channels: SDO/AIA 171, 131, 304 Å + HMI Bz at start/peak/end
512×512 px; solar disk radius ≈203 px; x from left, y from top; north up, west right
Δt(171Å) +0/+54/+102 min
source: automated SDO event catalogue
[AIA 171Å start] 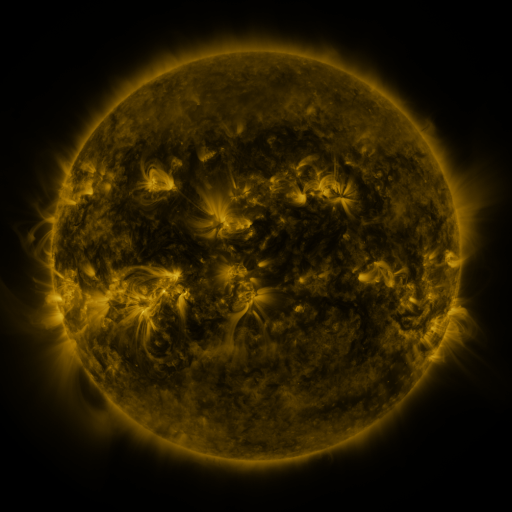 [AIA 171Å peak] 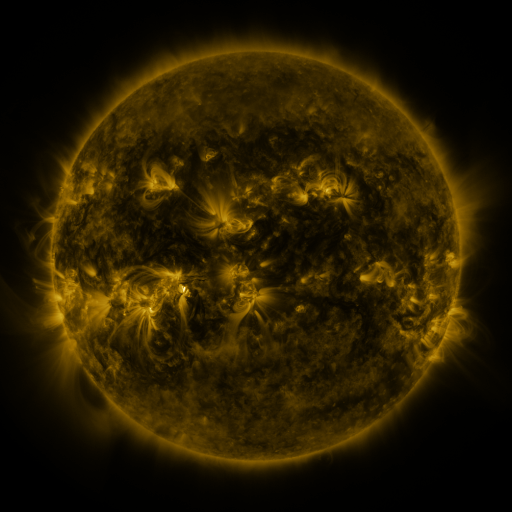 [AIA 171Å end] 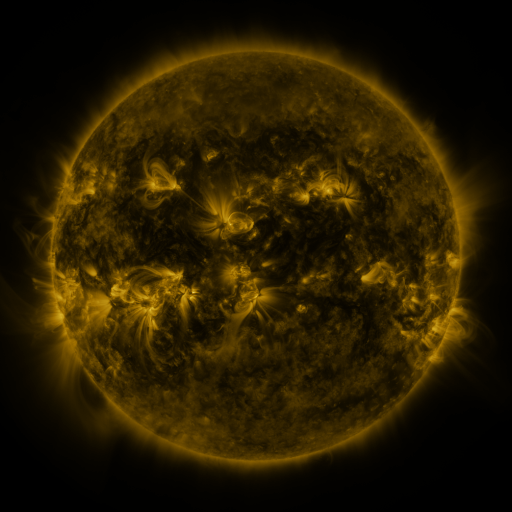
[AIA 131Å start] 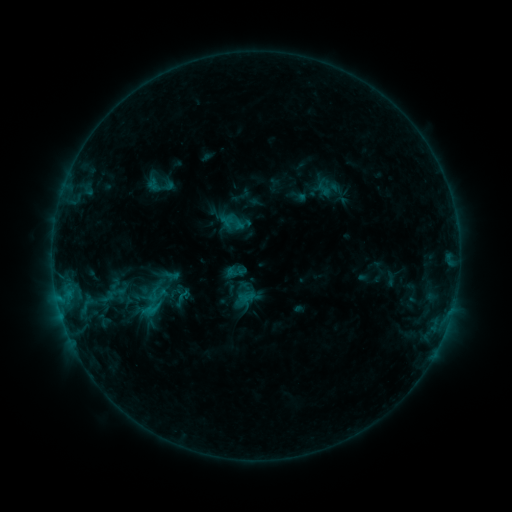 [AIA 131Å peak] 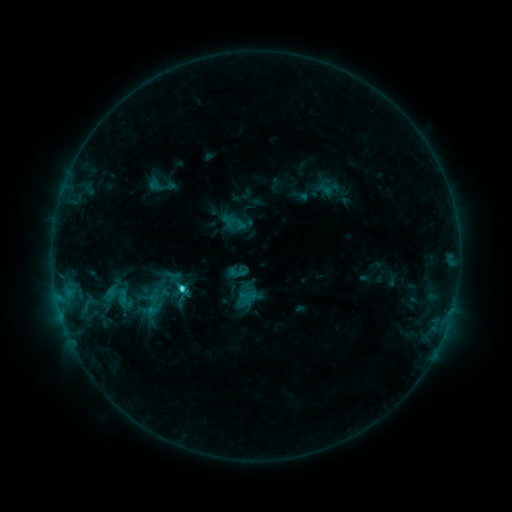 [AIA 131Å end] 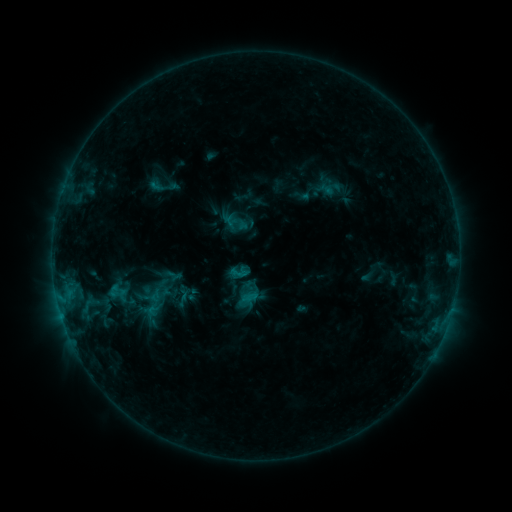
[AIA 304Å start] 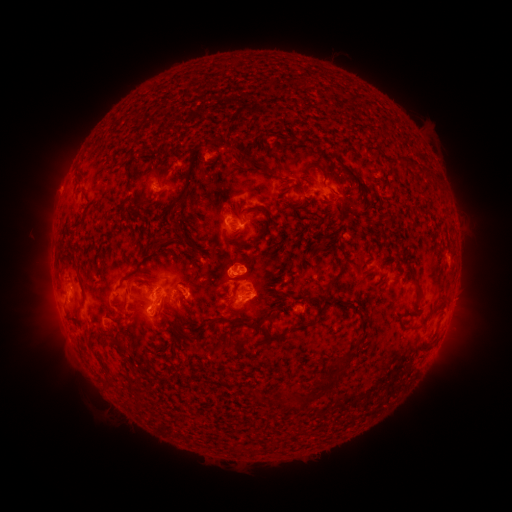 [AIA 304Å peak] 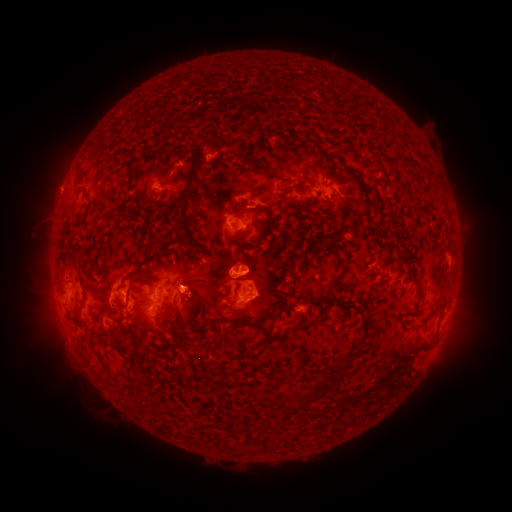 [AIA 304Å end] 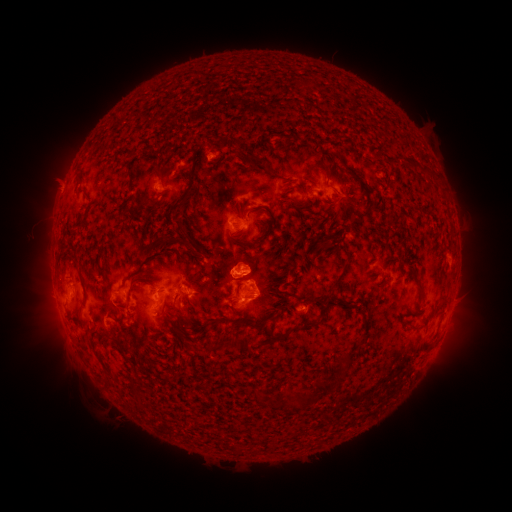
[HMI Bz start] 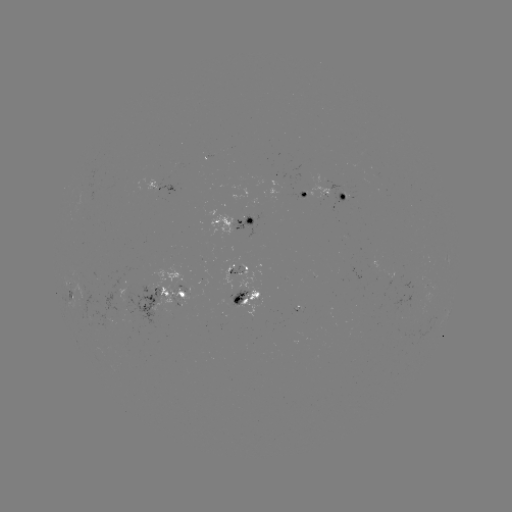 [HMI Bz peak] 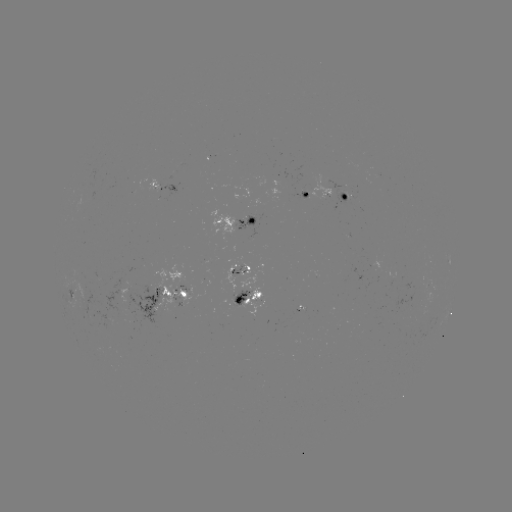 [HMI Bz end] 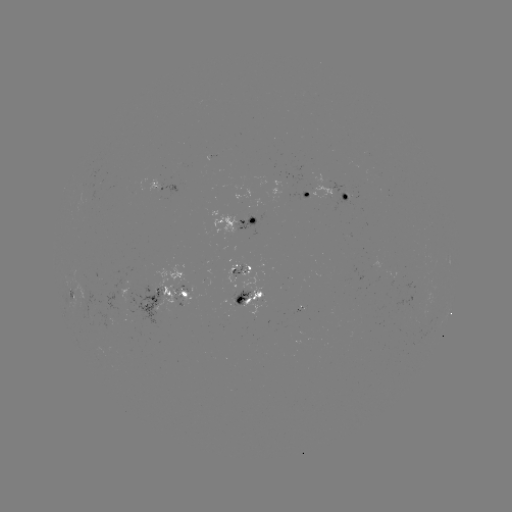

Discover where filament eruption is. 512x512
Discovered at (122, 300).